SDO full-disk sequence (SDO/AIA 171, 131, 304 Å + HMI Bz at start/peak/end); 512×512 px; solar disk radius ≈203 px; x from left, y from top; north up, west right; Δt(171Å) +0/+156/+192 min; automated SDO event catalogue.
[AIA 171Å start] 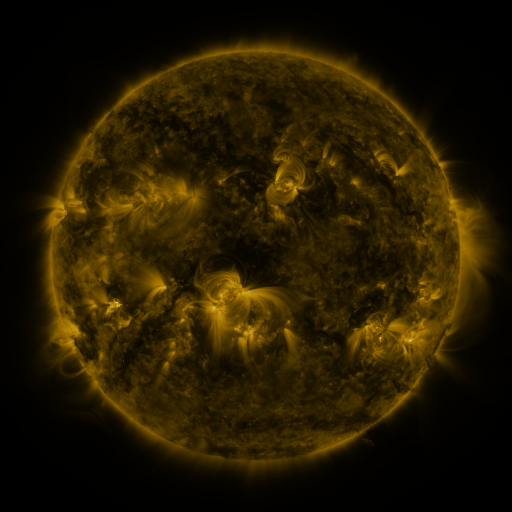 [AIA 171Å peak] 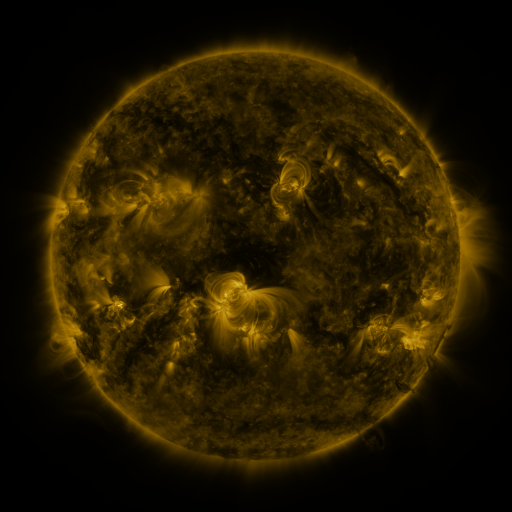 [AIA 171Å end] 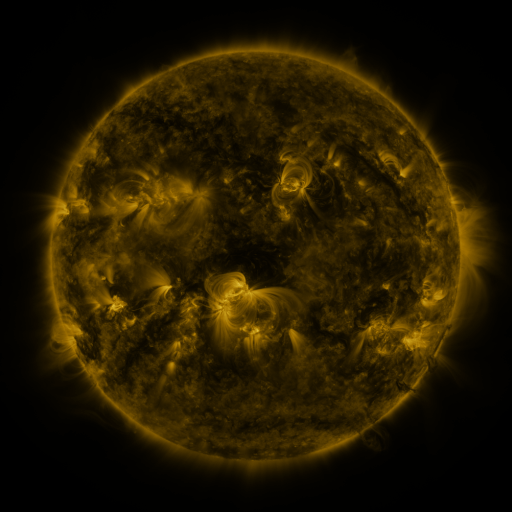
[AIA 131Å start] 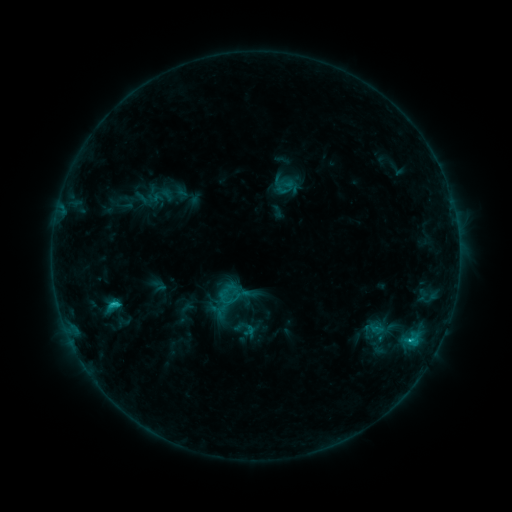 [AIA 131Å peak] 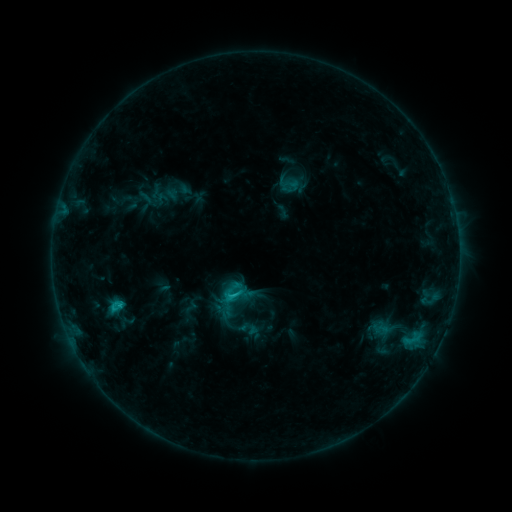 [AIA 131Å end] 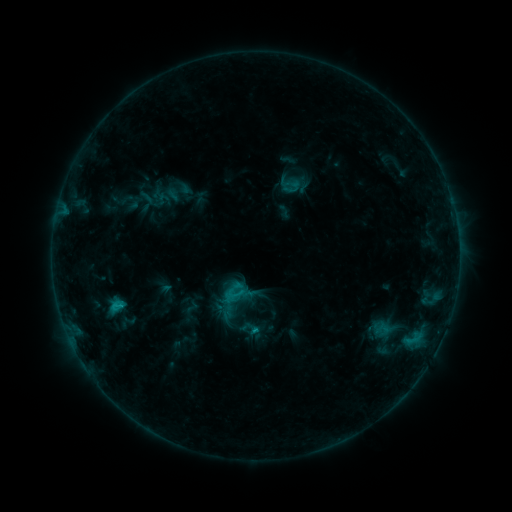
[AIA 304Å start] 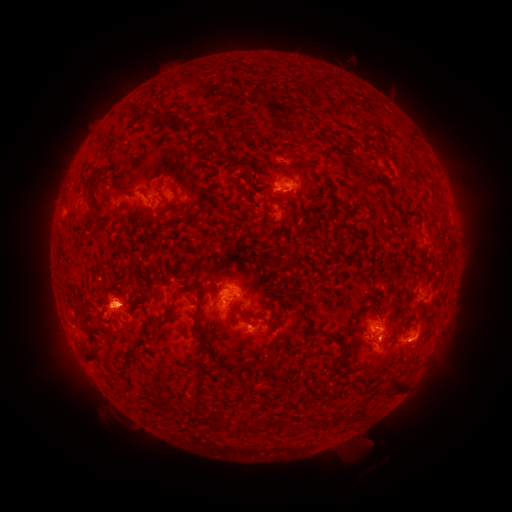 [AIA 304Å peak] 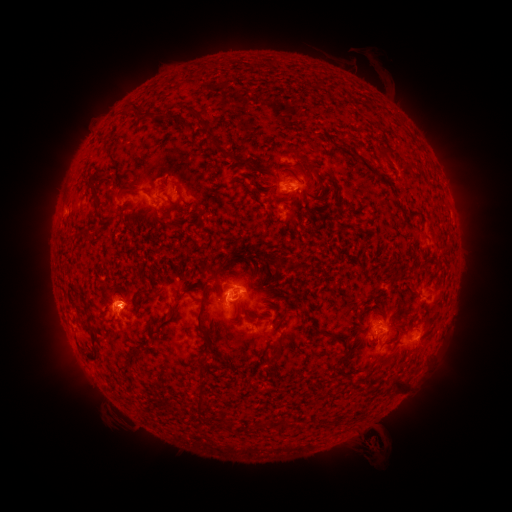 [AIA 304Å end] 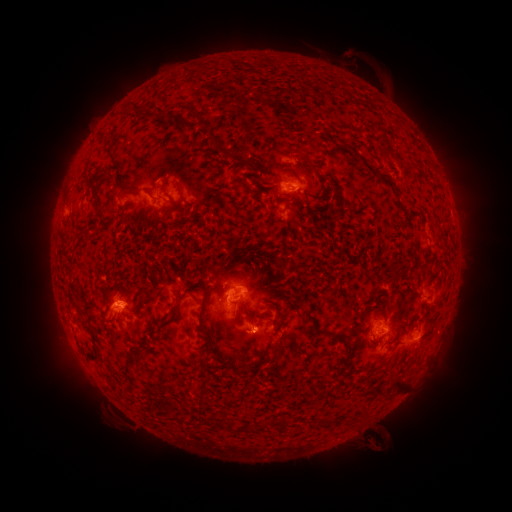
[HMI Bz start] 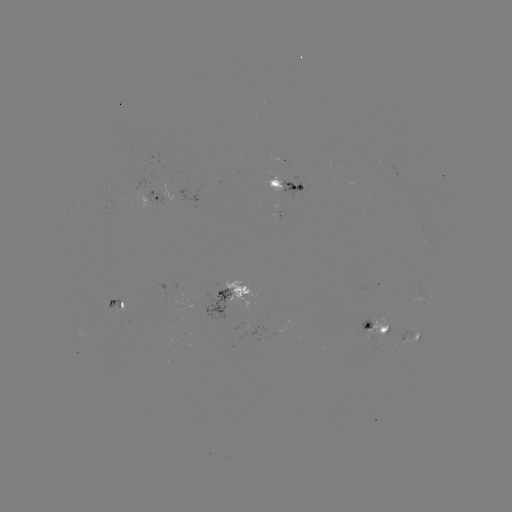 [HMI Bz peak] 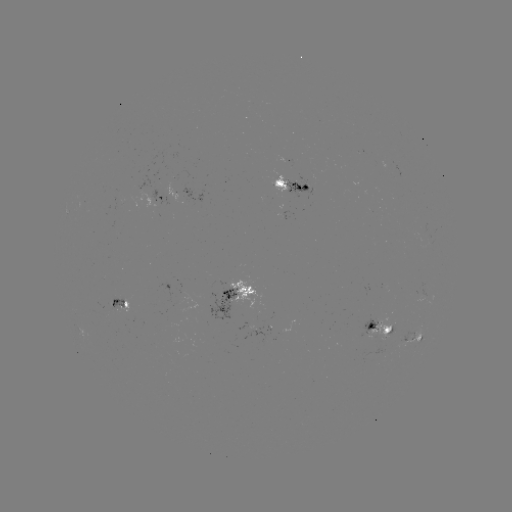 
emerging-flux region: <bbox>269, 160, 295, 194</bbox>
